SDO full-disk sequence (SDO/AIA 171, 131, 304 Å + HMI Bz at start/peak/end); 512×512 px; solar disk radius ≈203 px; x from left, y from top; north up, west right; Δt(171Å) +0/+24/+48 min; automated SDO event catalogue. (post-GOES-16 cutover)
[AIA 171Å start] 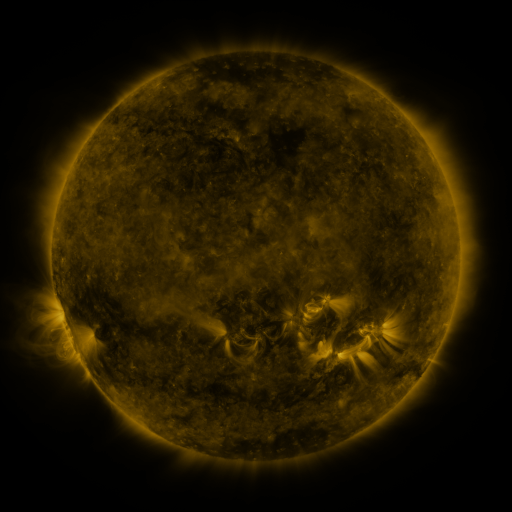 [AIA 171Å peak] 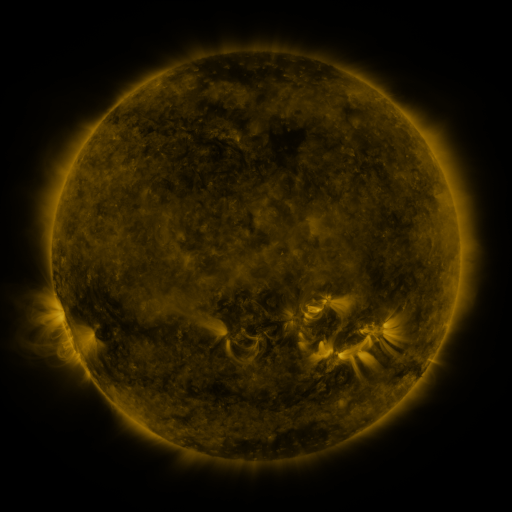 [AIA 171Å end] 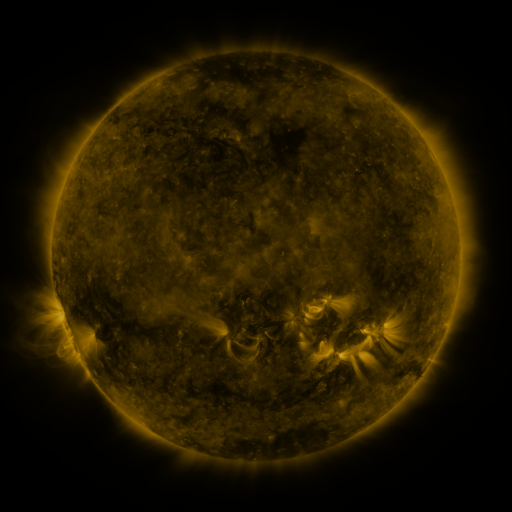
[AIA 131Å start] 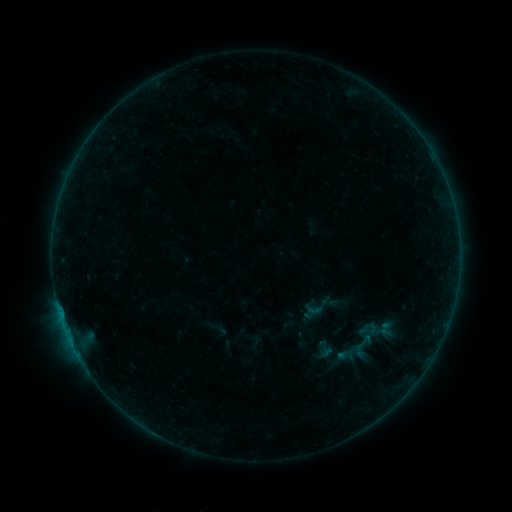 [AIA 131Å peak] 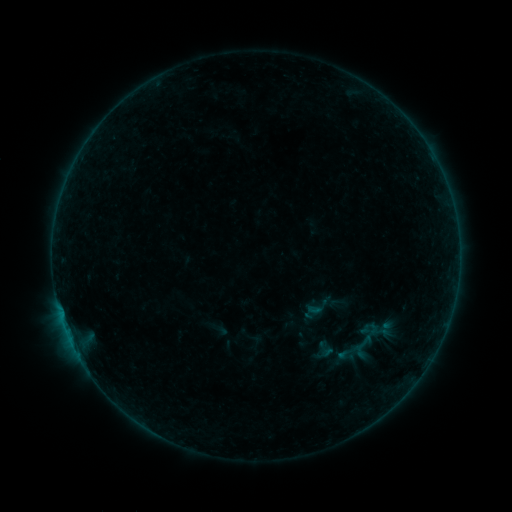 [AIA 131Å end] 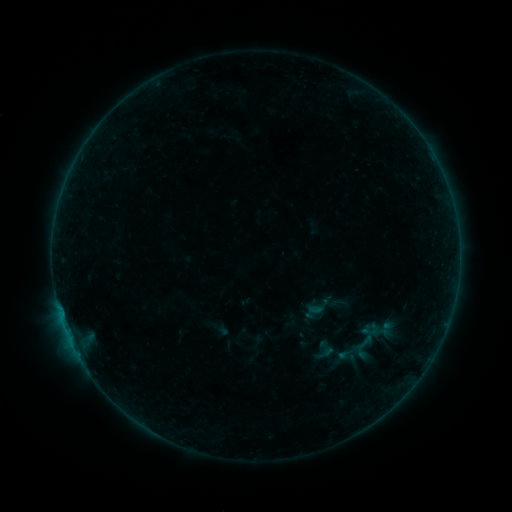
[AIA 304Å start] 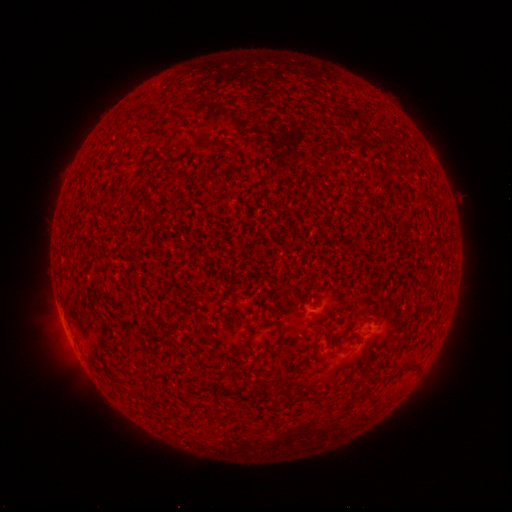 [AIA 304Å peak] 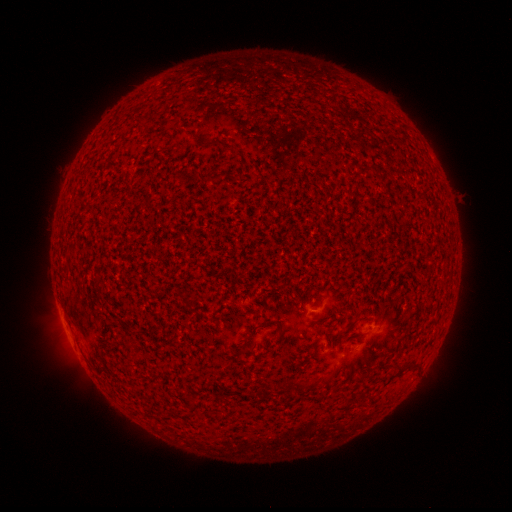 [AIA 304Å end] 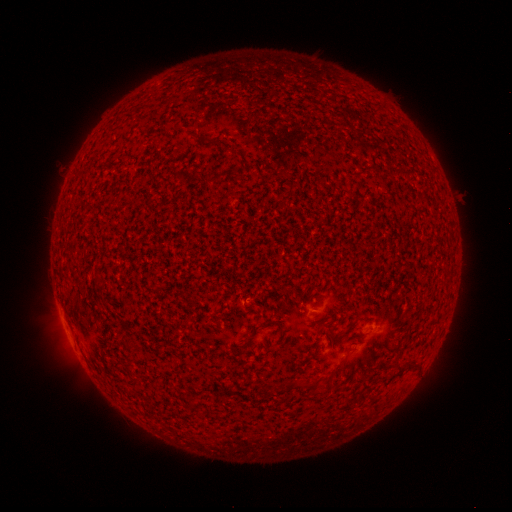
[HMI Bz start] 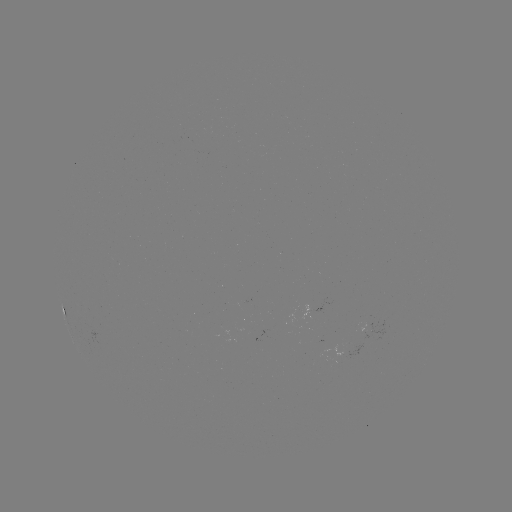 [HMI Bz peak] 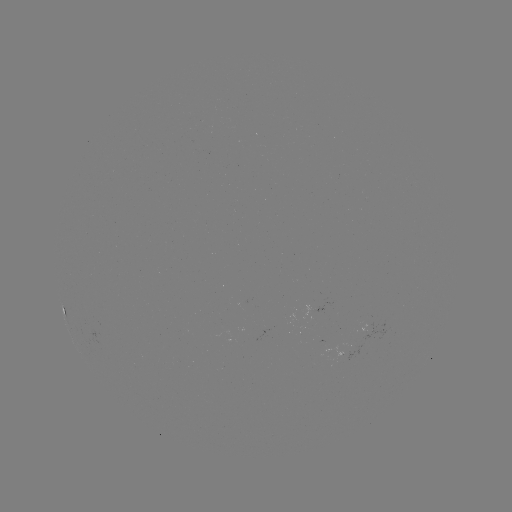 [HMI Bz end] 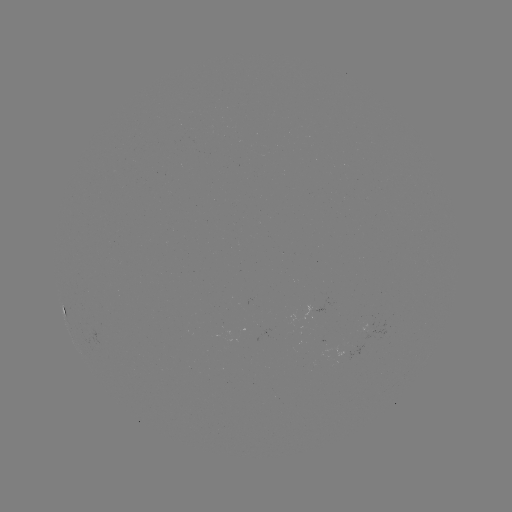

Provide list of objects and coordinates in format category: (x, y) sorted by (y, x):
A9.8 flare: (62, 318)
